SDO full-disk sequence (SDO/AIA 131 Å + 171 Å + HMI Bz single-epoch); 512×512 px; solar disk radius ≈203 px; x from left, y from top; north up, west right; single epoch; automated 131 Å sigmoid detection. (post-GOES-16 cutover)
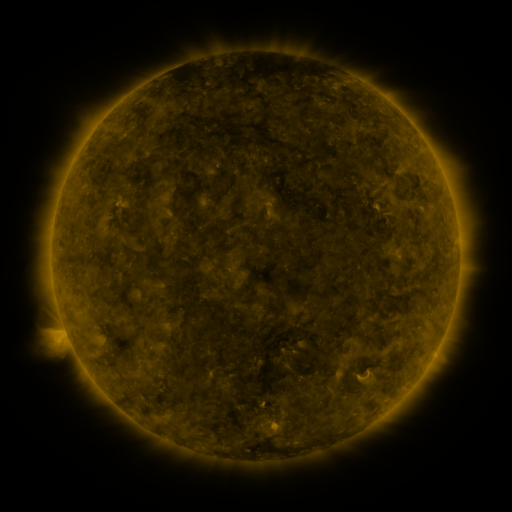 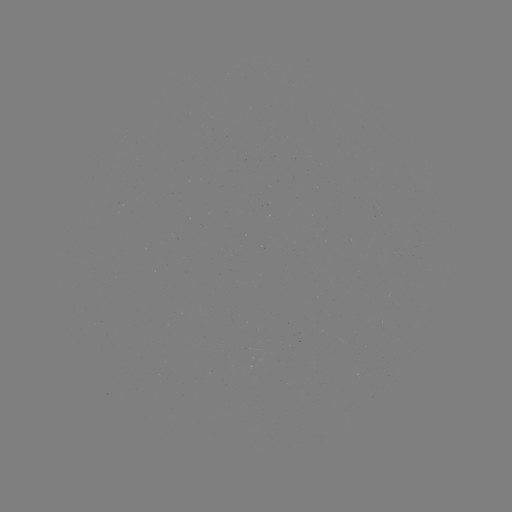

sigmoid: [355, 365, 374, 385]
